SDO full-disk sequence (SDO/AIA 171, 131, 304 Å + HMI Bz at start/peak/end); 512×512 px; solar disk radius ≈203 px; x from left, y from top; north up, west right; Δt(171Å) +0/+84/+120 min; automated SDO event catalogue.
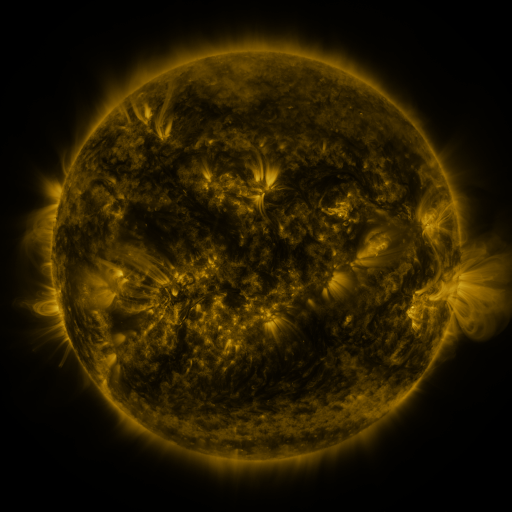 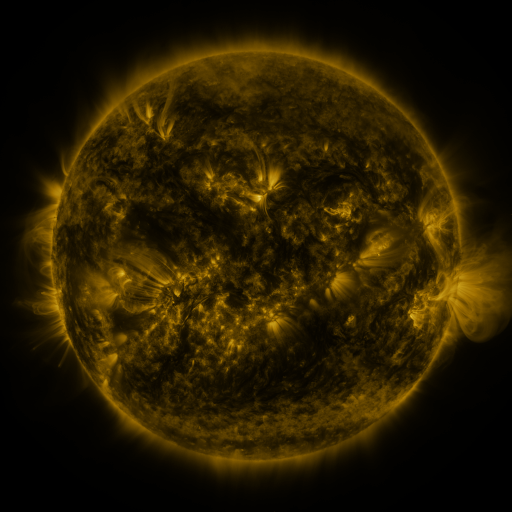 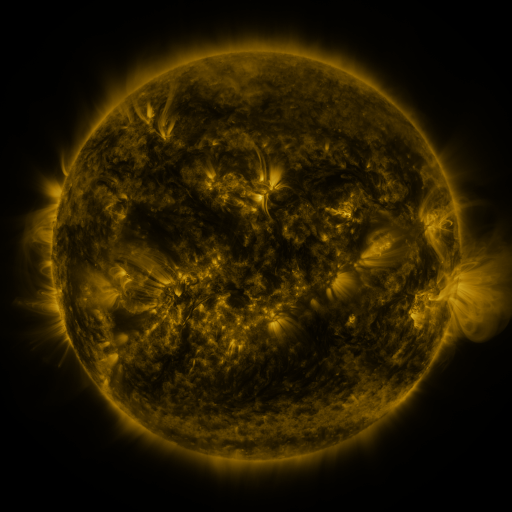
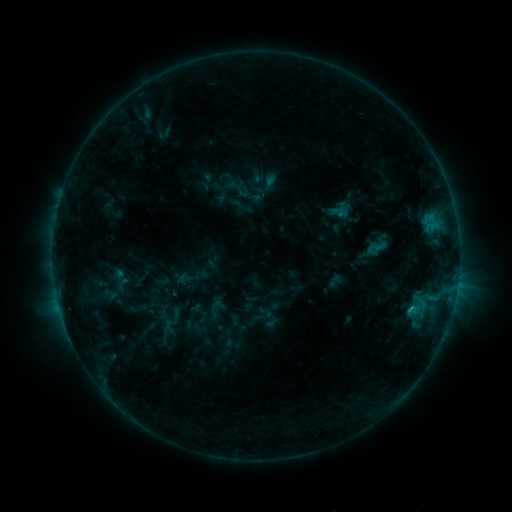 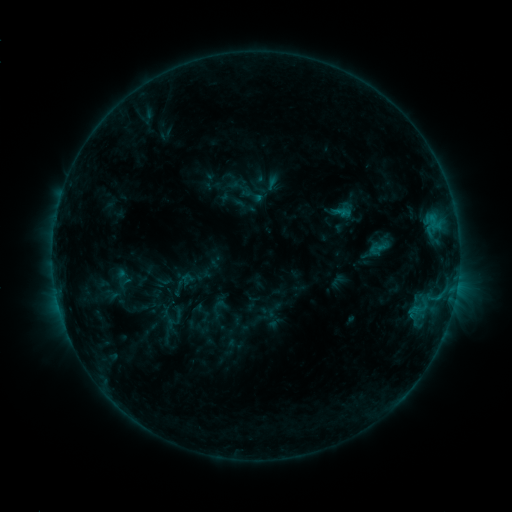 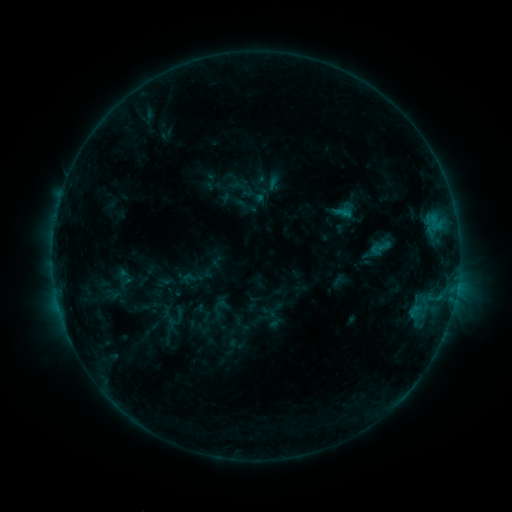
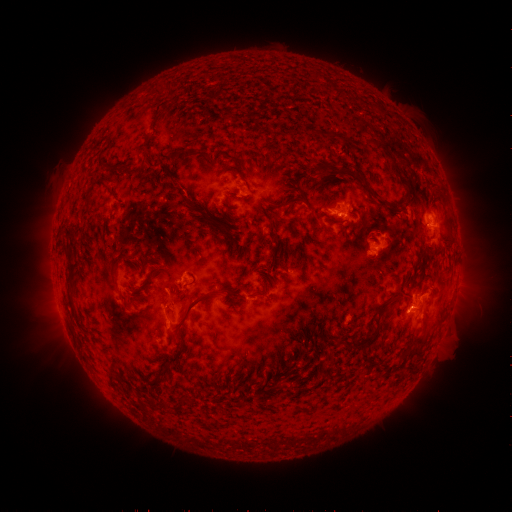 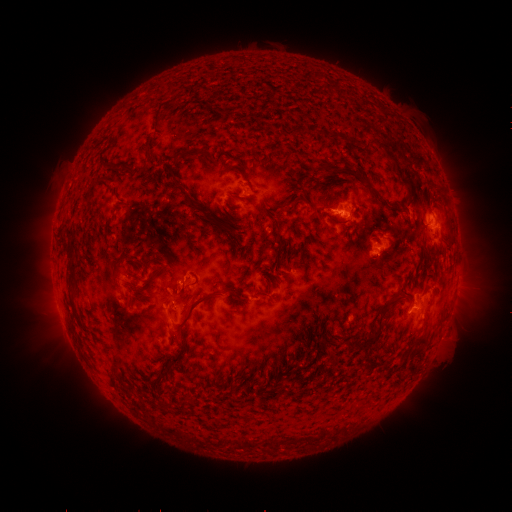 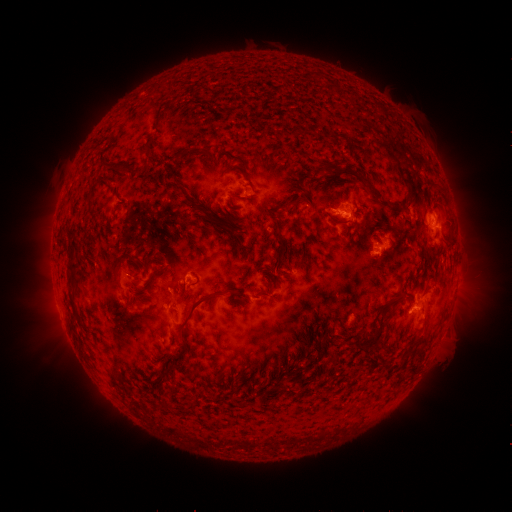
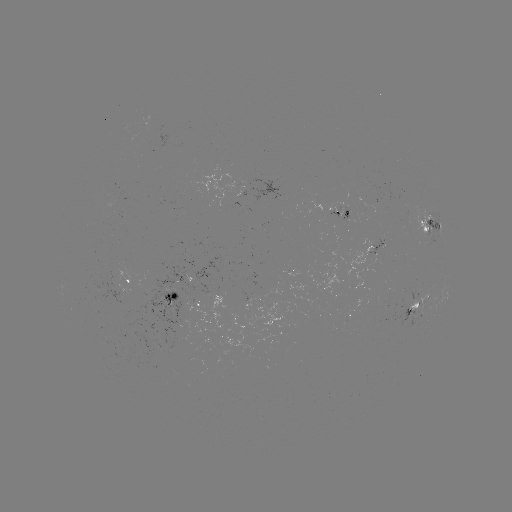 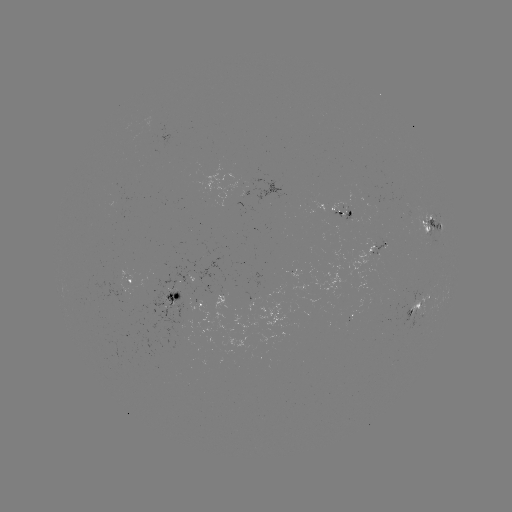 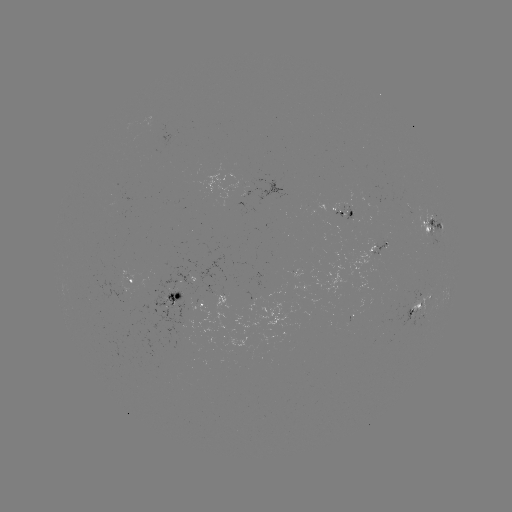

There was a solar emerging-flux region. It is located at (415, 210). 